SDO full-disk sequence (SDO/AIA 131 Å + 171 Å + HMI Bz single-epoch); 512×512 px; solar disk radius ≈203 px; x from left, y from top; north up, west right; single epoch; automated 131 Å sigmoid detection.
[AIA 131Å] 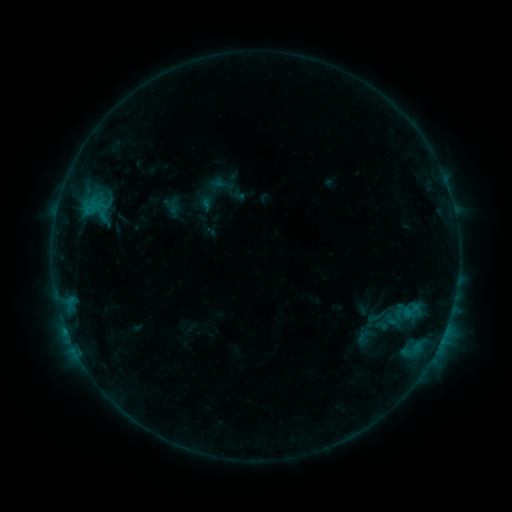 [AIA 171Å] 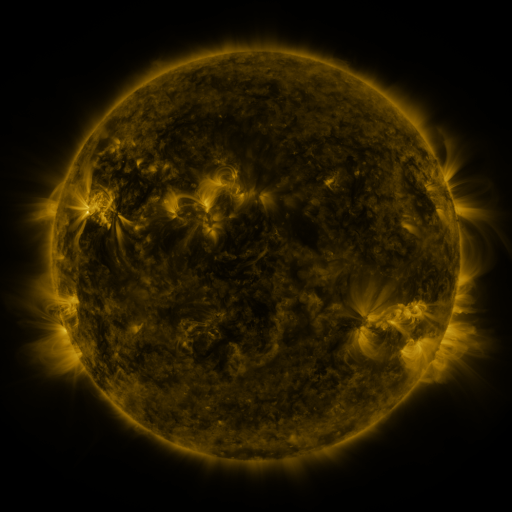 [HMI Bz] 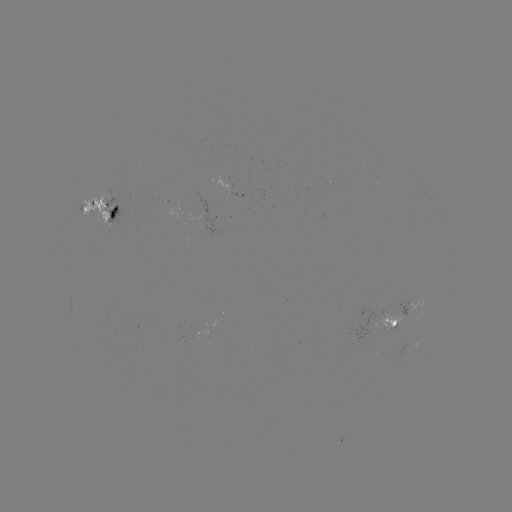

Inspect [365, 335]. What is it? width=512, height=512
sigmoid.